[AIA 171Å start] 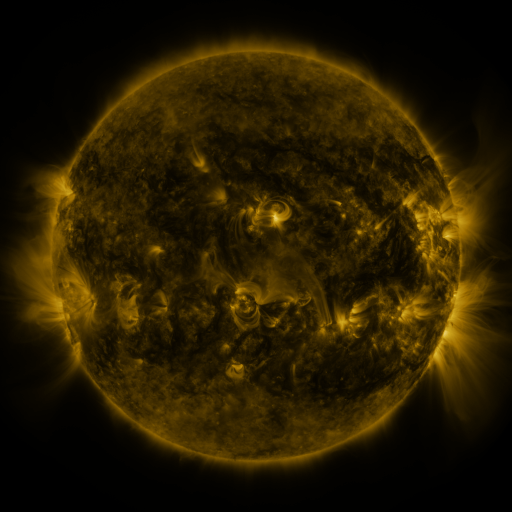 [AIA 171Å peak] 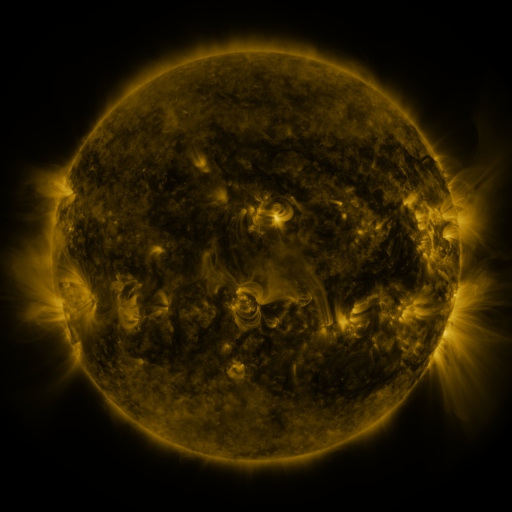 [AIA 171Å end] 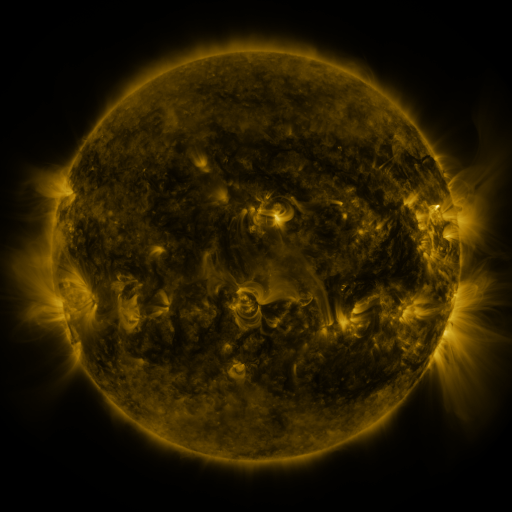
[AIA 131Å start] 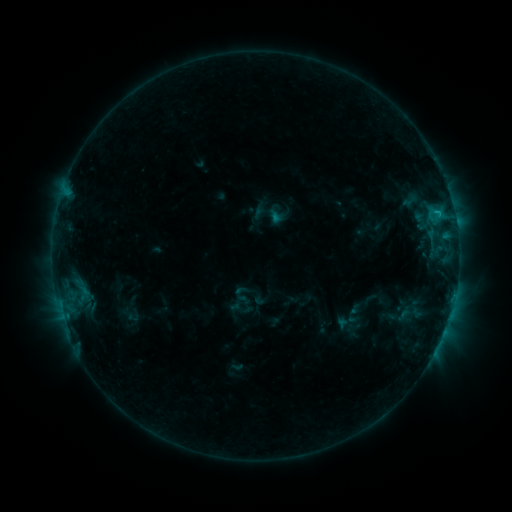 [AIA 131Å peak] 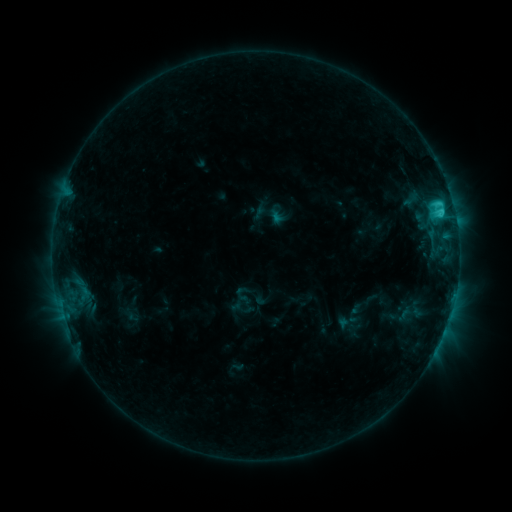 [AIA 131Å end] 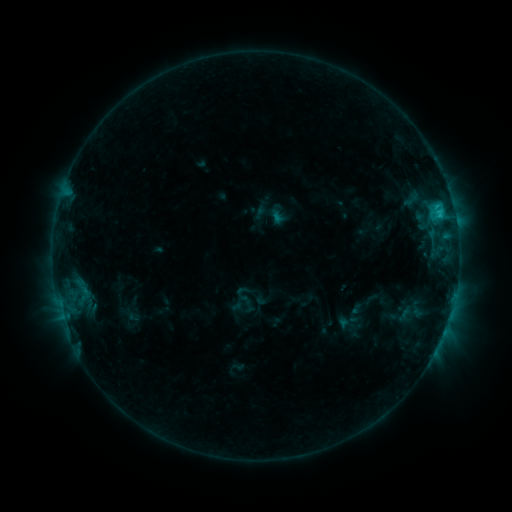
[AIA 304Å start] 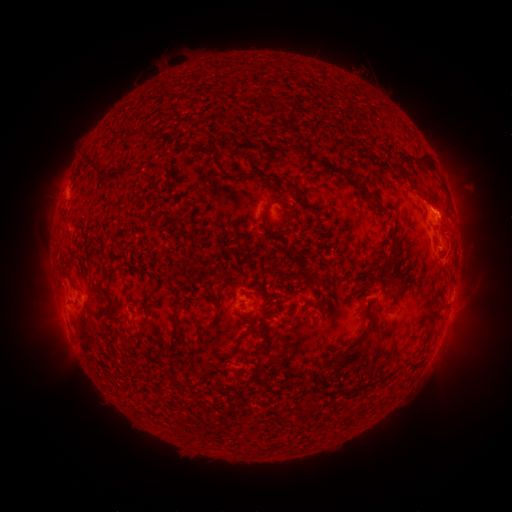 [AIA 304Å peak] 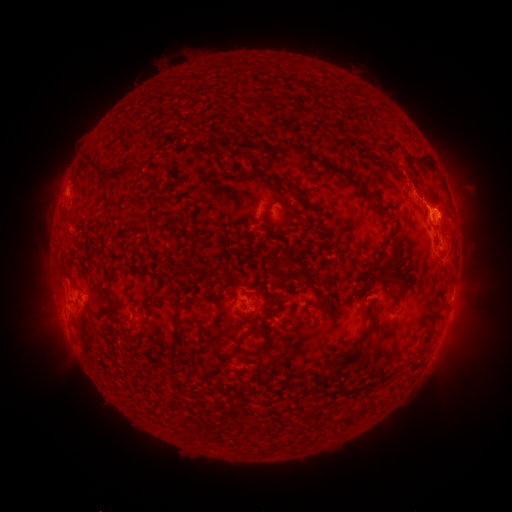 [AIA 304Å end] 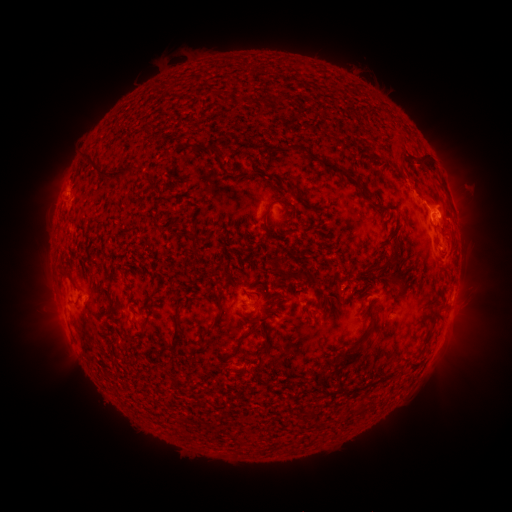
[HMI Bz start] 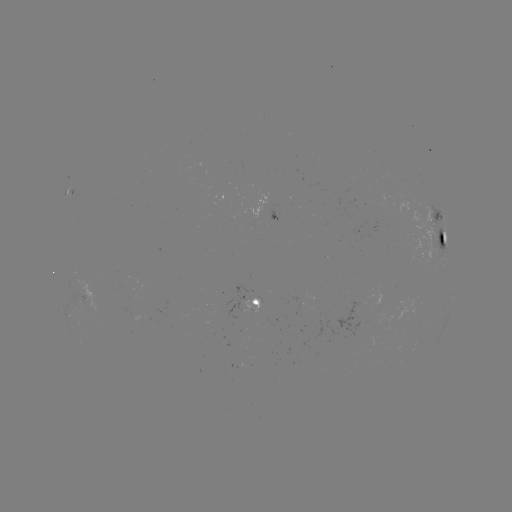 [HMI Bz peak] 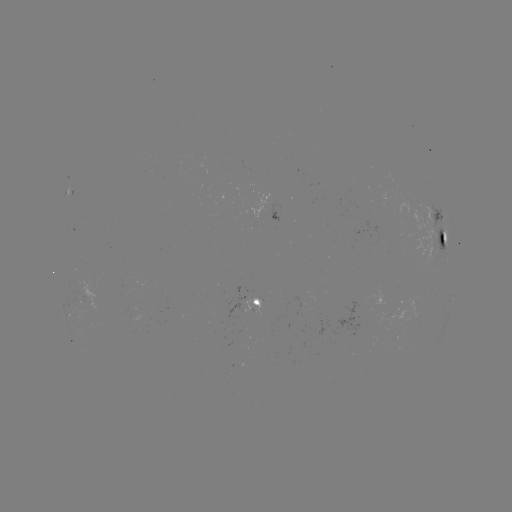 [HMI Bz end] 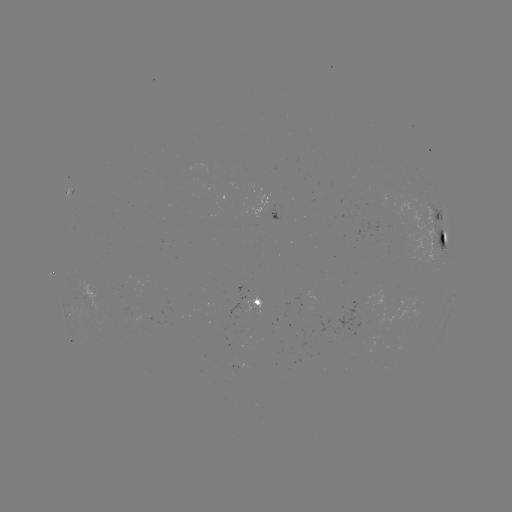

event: flare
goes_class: C2.4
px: (436, 205)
